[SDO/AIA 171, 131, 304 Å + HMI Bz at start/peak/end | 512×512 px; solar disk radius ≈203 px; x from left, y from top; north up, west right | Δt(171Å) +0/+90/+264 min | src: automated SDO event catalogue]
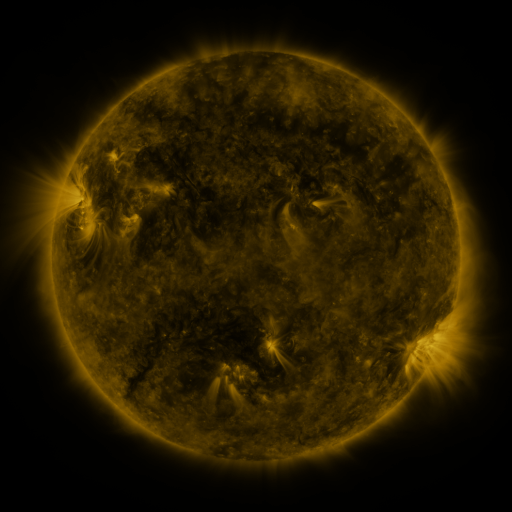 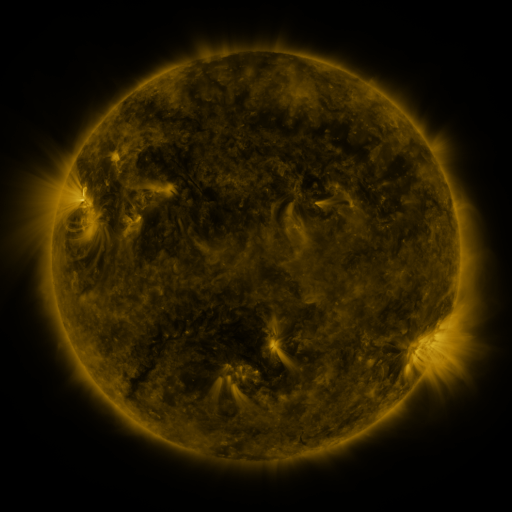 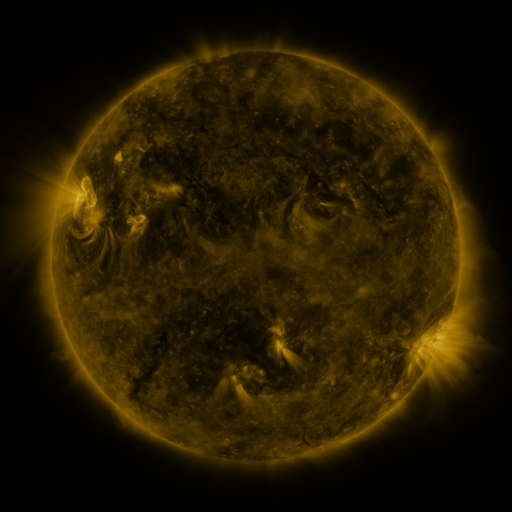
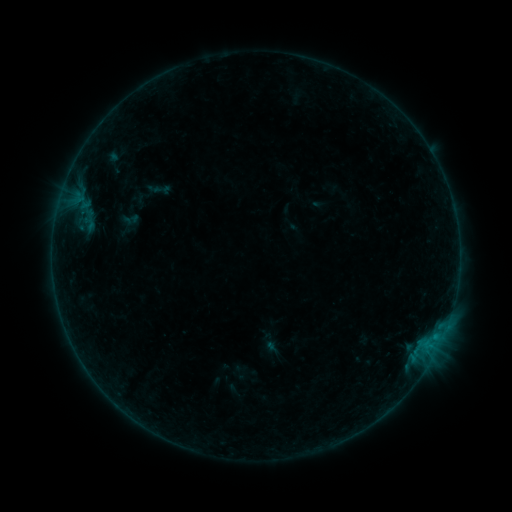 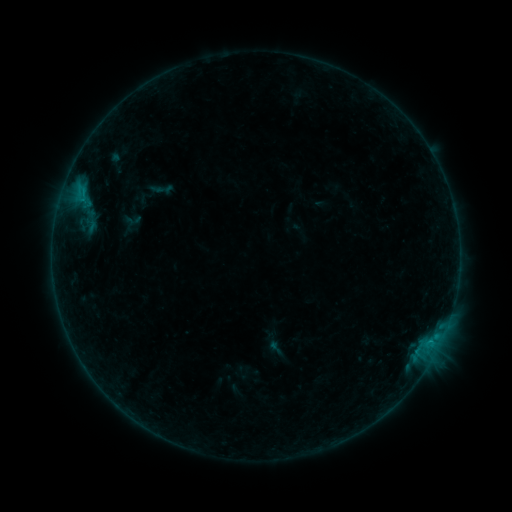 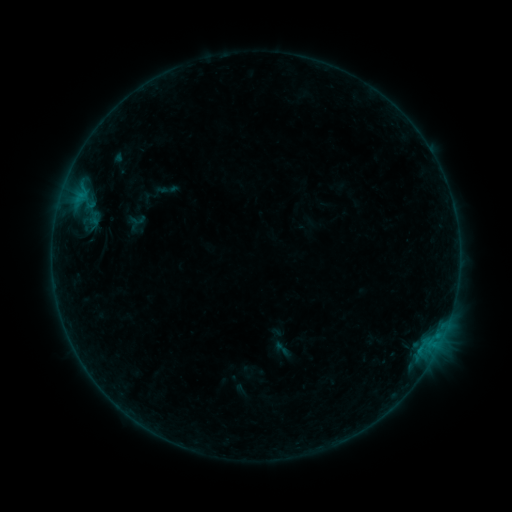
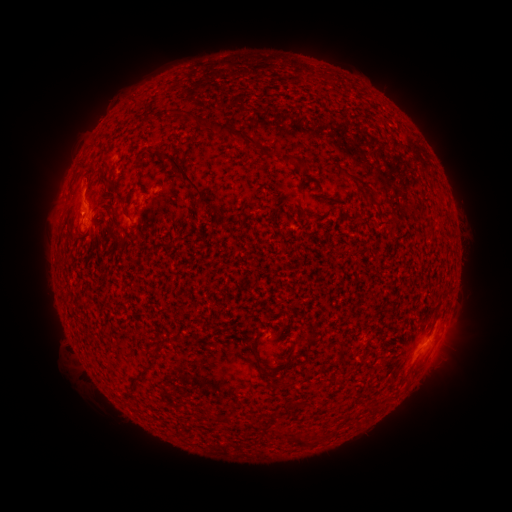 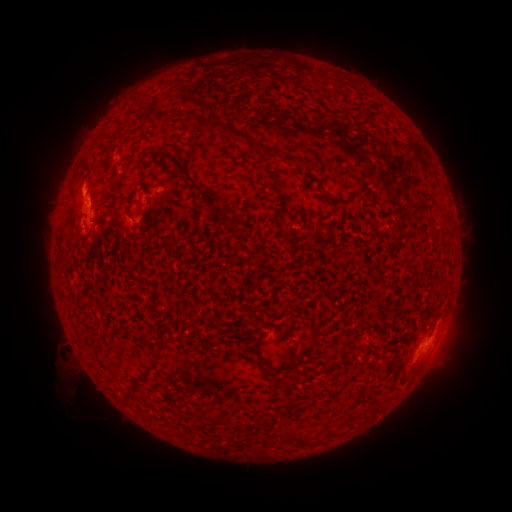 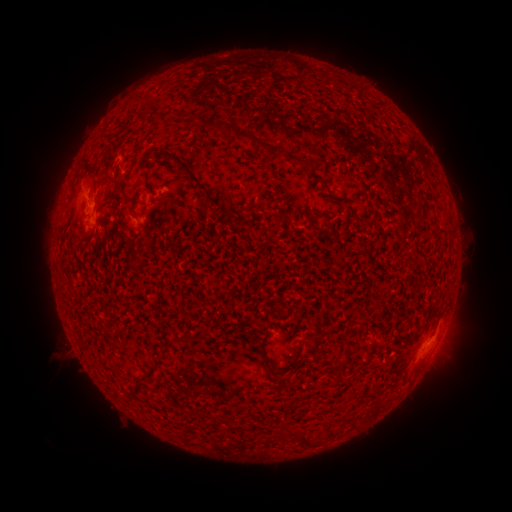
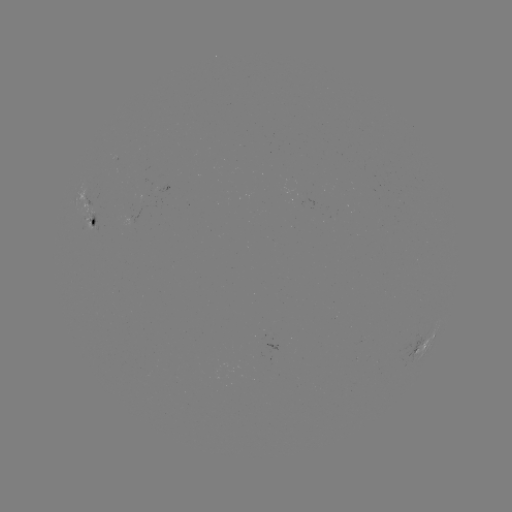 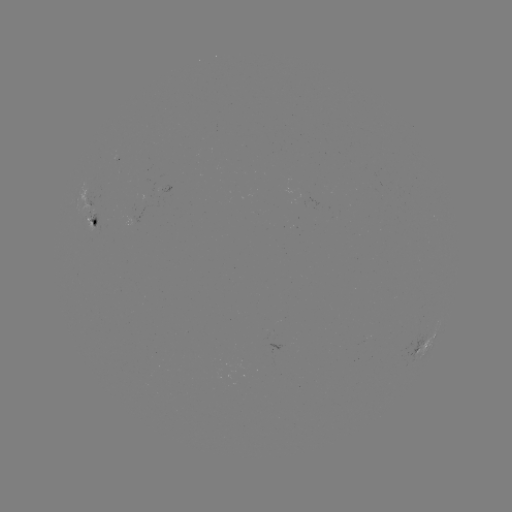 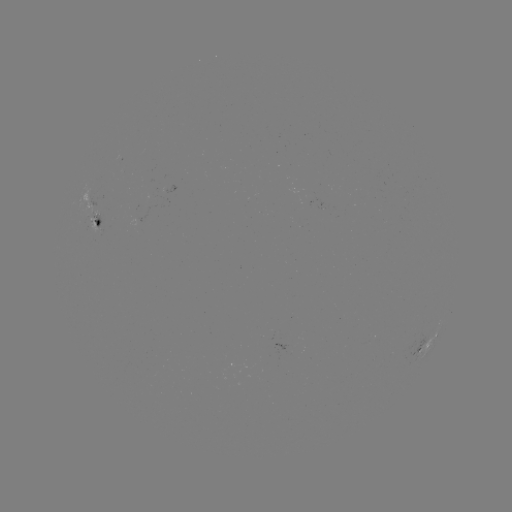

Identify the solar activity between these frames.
B8.3 flare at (85, 191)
